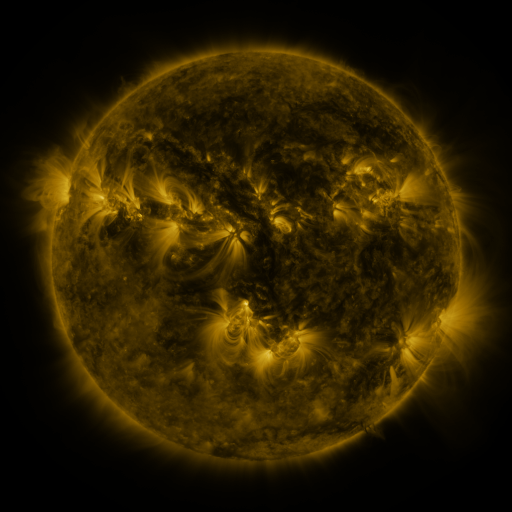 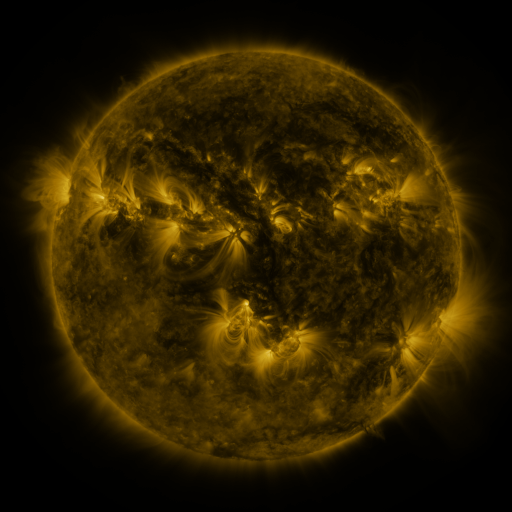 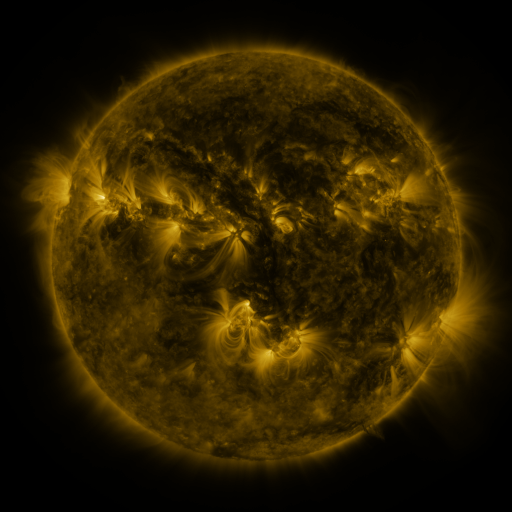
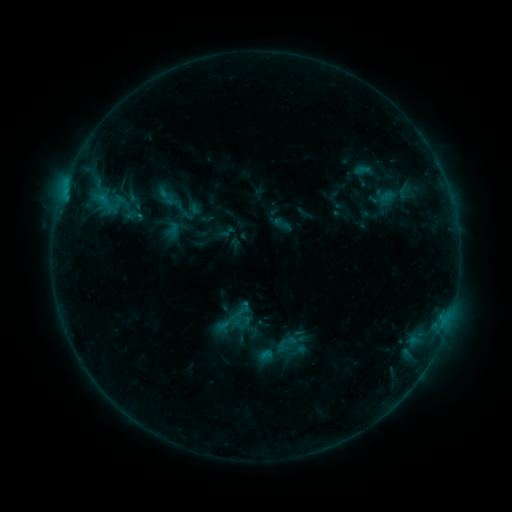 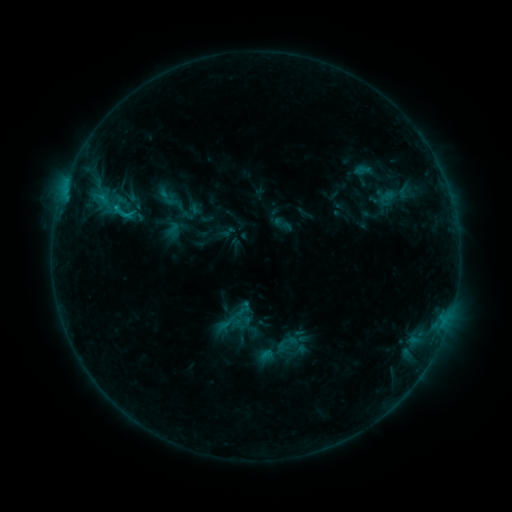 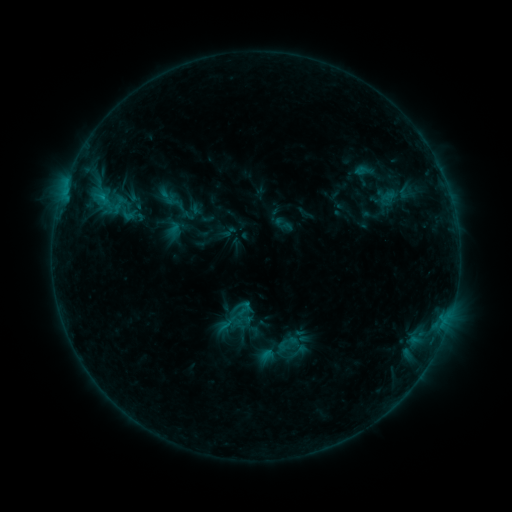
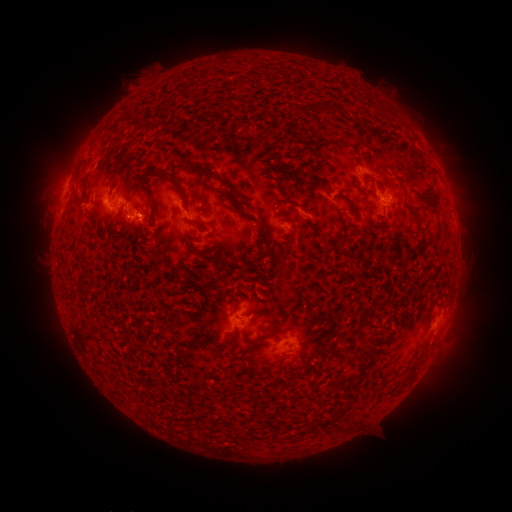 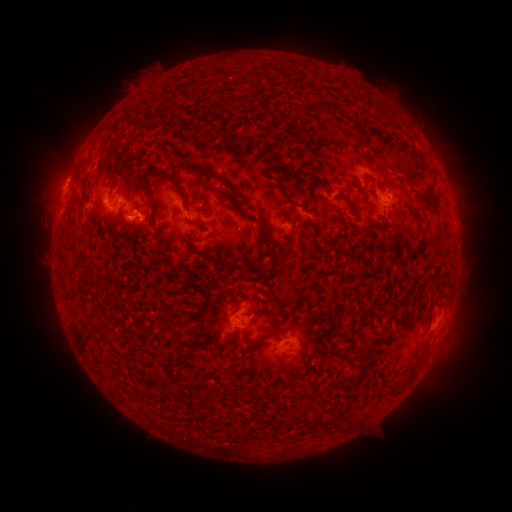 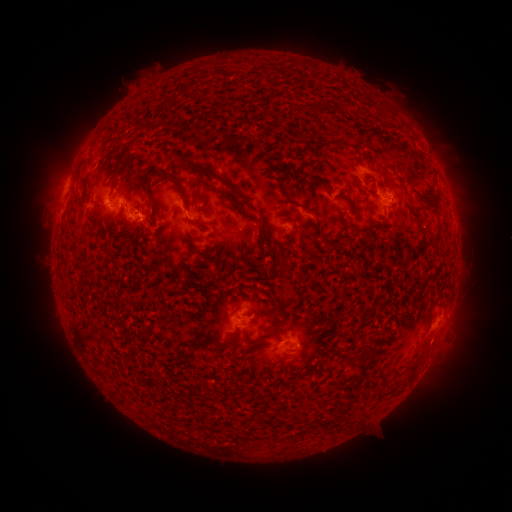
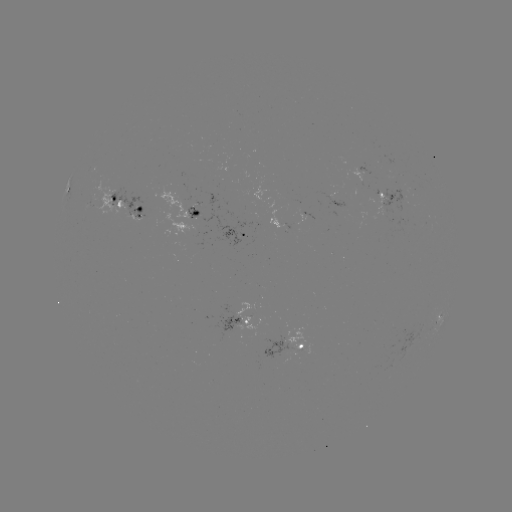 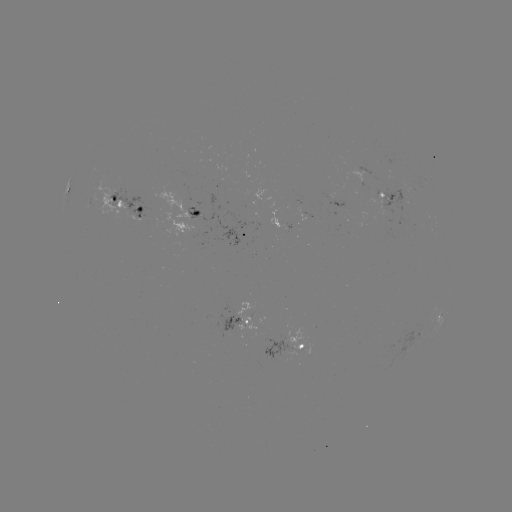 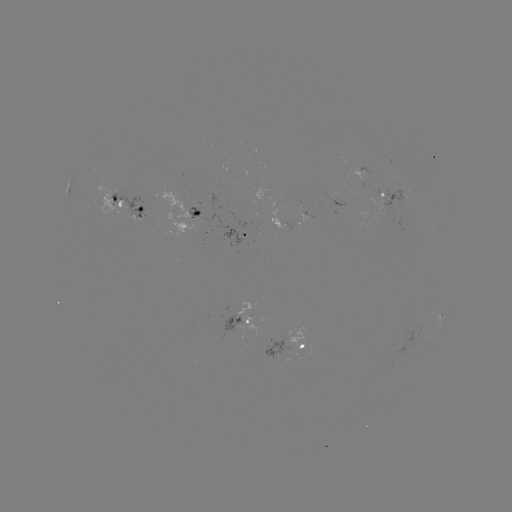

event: flare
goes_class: B9.6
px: (118, 211)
